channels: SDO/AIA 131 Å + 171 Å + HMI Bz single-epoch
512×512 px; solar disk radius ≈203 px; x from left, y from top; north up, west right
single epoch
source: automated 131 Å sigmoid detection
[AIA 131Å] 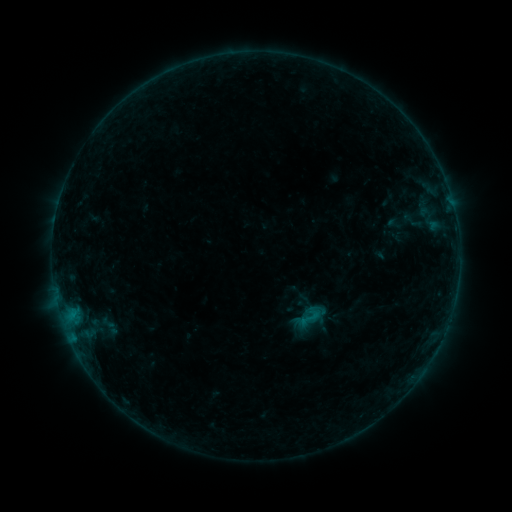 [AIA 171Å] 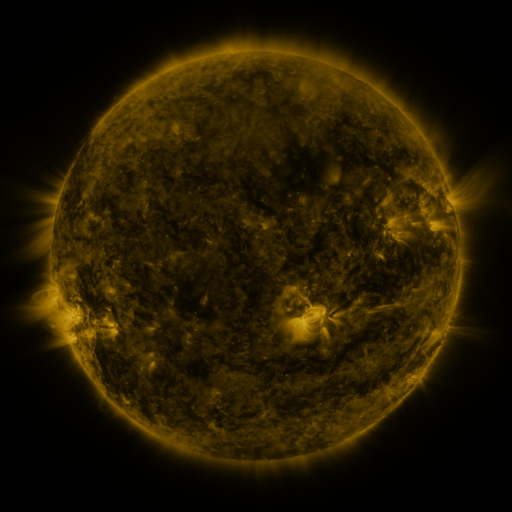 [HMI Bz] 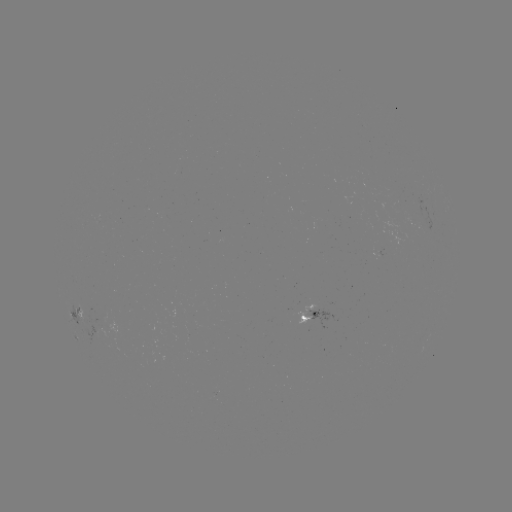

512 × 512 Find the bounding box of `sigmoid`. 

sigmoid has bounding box [297, 305, 322, 330].